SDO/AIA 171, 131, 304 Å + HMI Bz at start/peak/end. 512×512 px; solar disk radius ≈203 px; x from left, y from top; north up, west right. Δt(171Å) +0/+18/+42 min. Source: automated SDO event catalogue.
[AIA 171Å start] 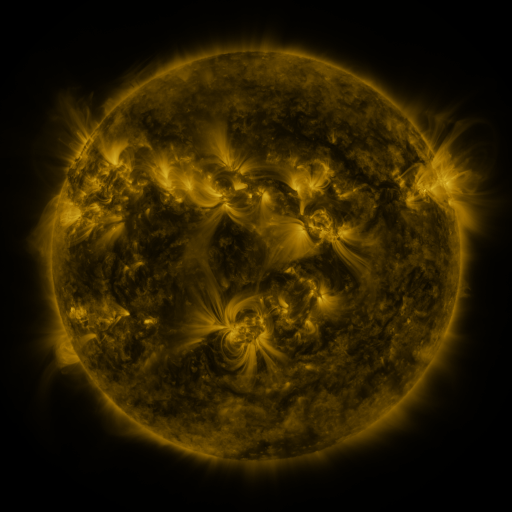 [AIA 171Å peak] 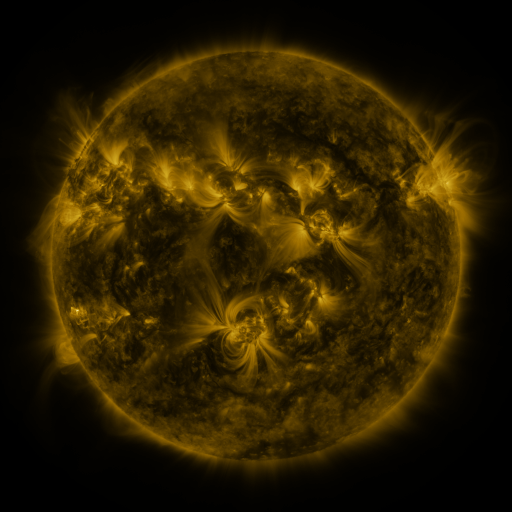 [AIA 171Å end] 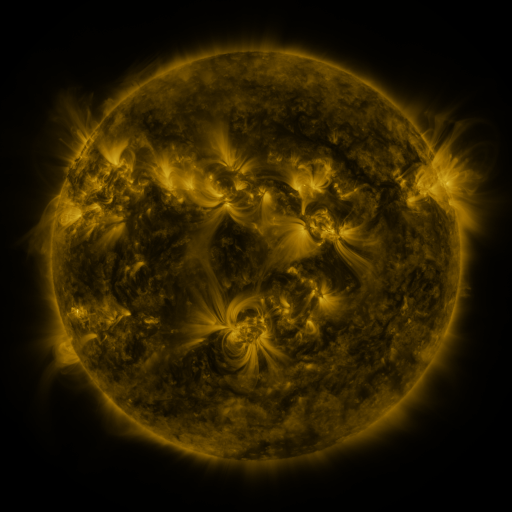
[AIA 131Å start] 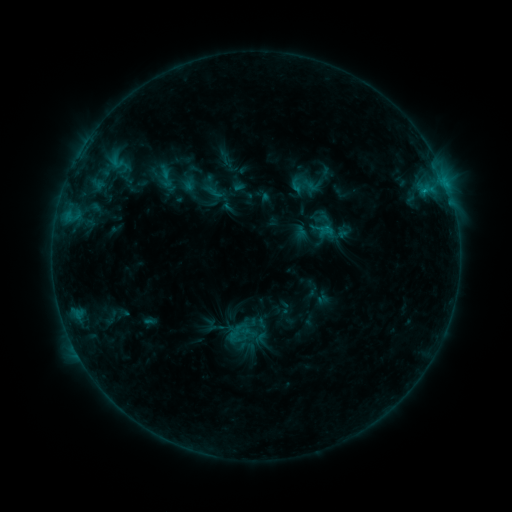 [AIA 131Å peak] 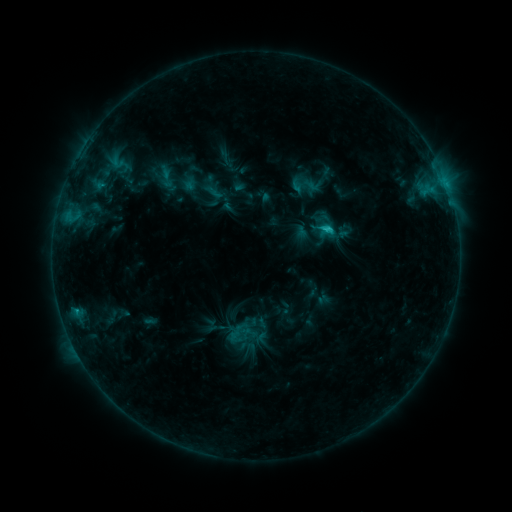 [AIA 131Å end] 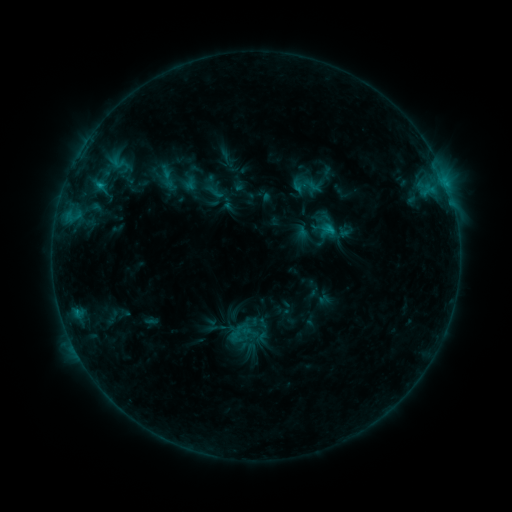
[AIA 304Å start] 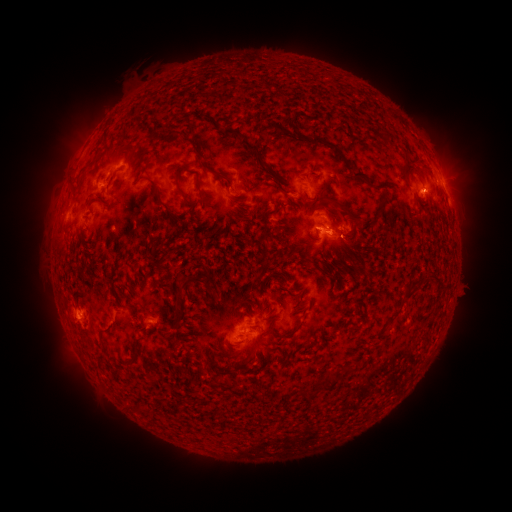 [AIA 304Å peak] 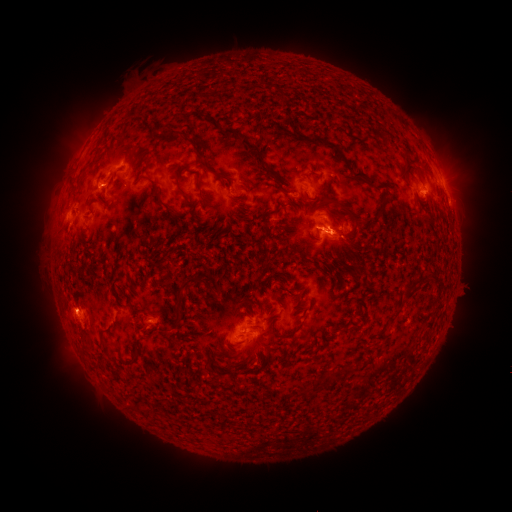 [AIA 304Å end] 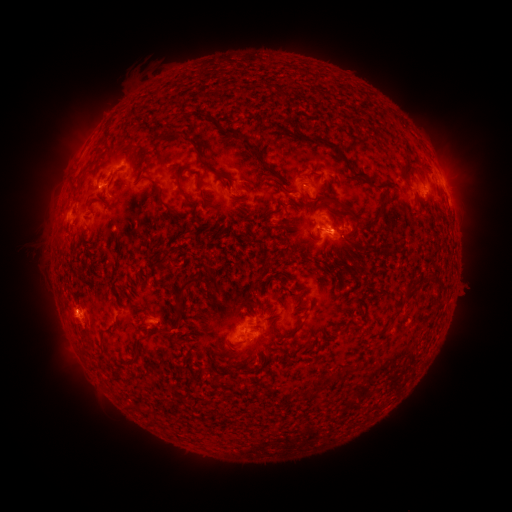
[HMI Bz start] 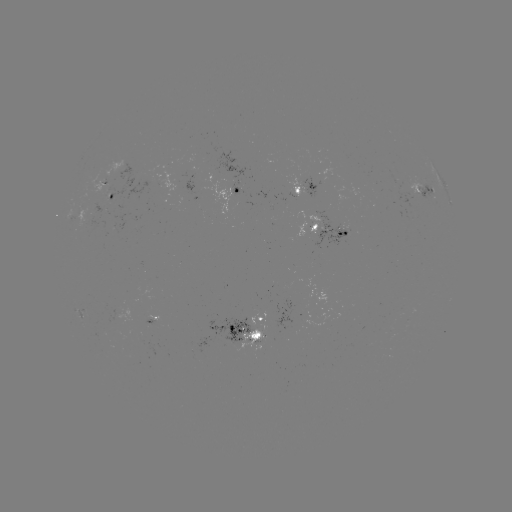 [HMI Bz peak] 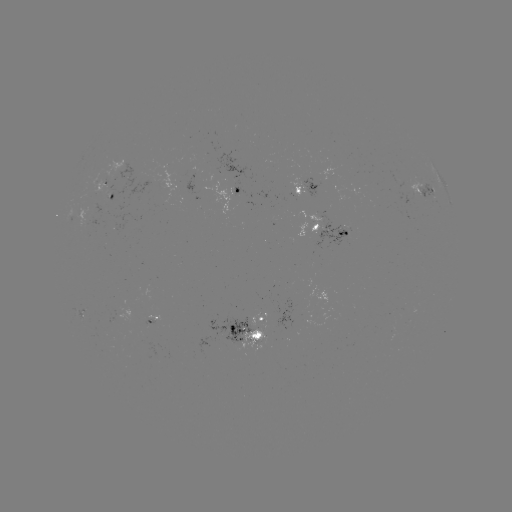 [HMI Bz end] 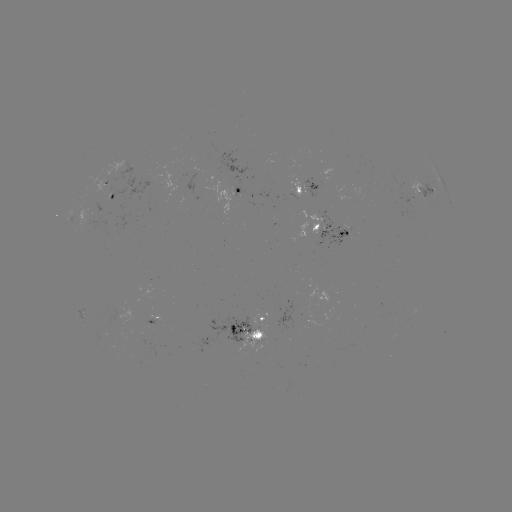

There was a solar flare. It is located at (328, 232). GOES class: C1.4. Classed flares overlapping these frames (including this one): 1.